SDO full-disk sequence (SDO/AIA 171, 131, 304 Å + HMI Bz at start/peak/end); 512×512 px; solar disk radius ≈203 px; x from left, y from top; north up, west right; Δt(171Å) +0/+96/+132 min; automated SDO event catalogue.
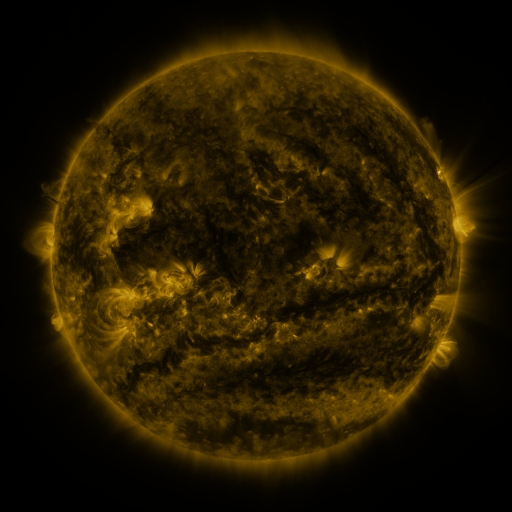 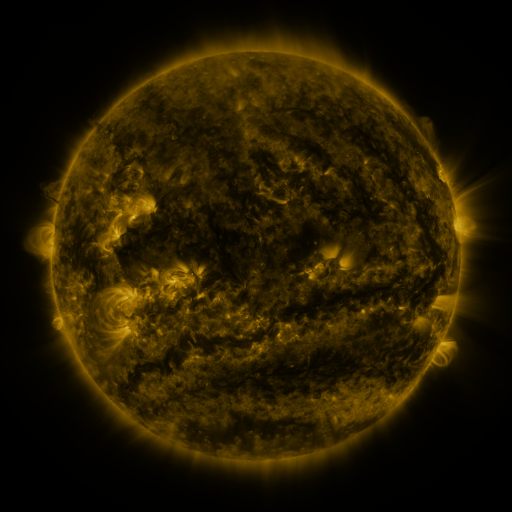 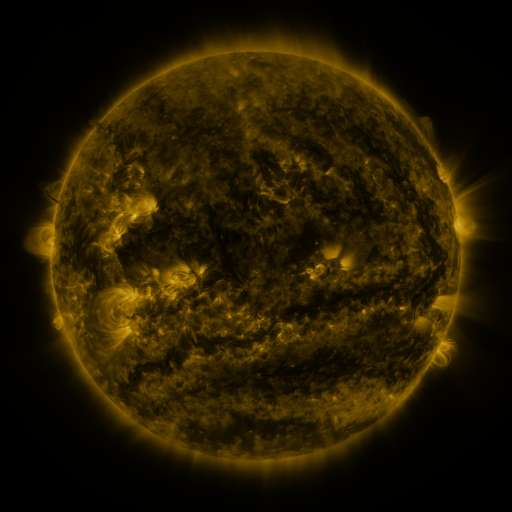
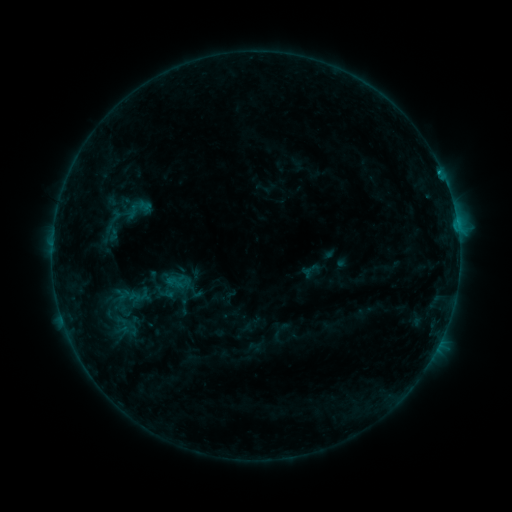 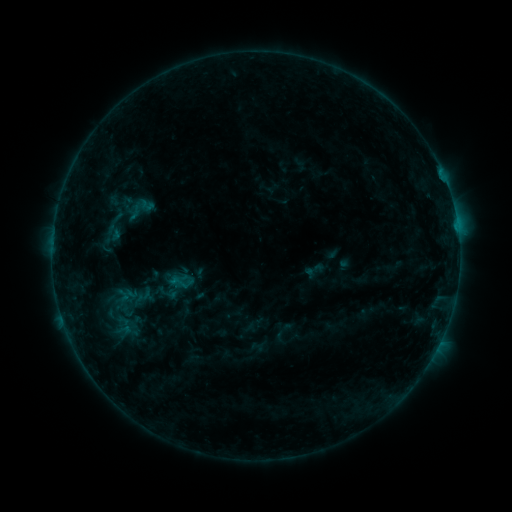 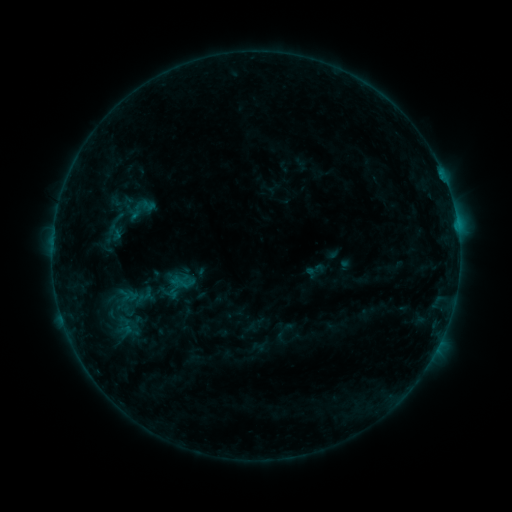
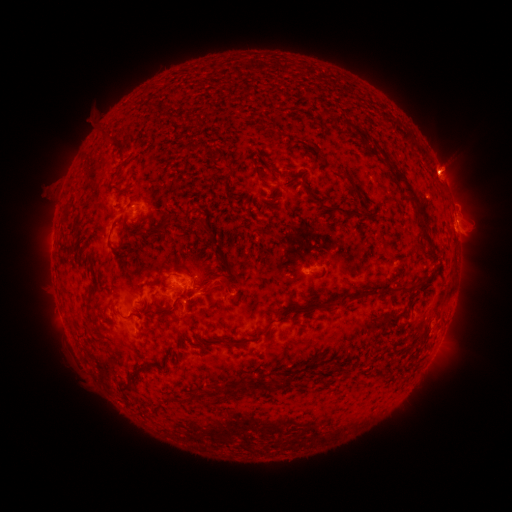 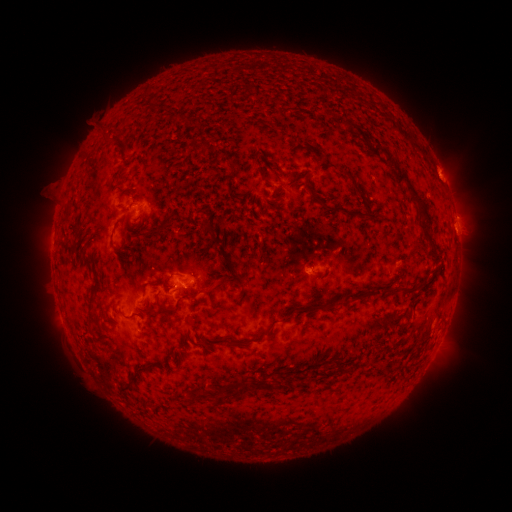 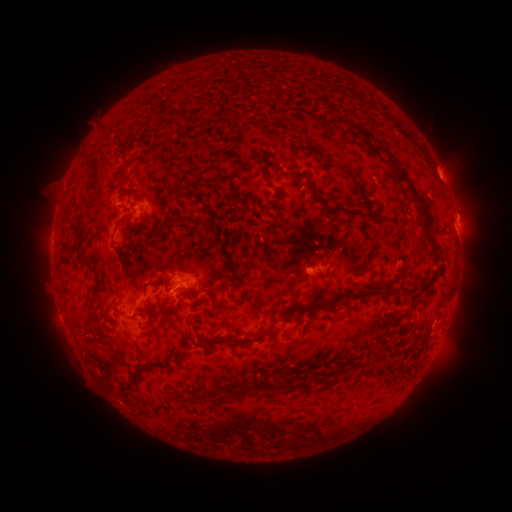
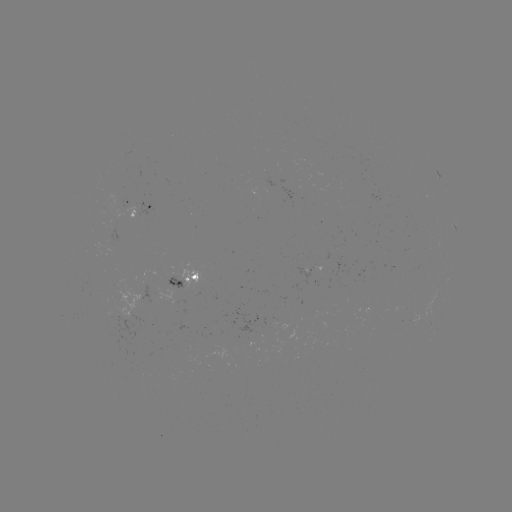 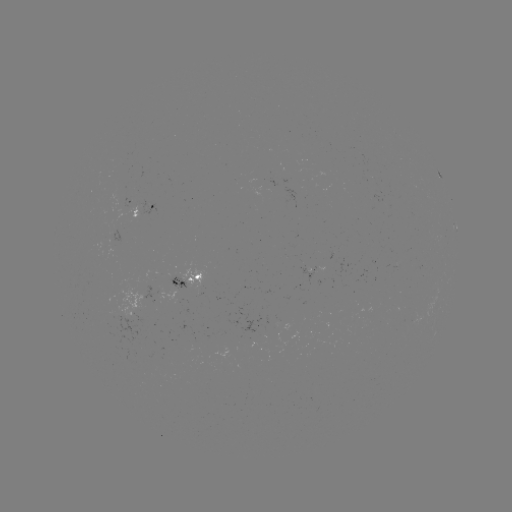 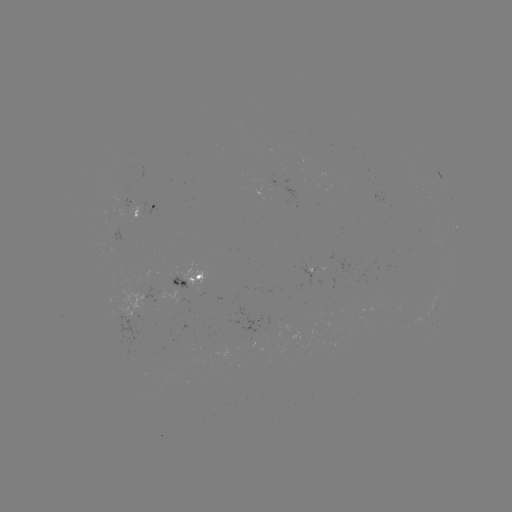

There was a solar emerging-flux region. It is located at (311, 272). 